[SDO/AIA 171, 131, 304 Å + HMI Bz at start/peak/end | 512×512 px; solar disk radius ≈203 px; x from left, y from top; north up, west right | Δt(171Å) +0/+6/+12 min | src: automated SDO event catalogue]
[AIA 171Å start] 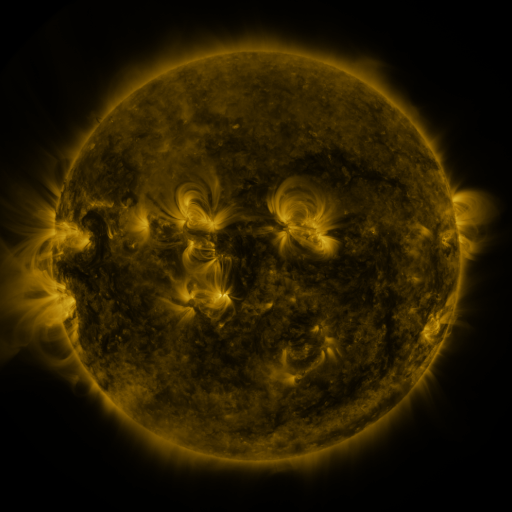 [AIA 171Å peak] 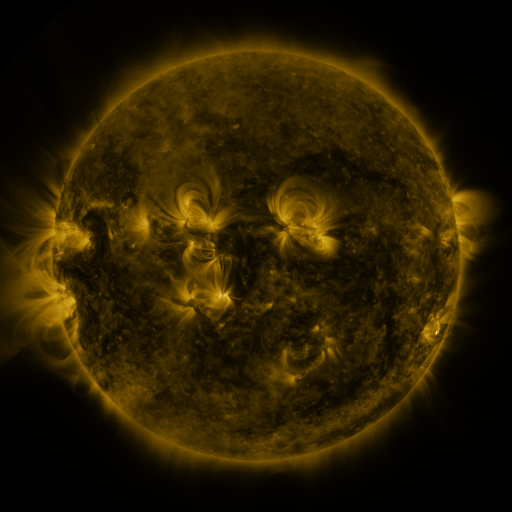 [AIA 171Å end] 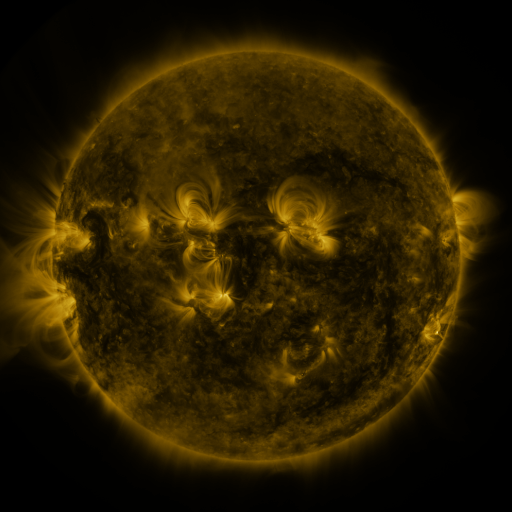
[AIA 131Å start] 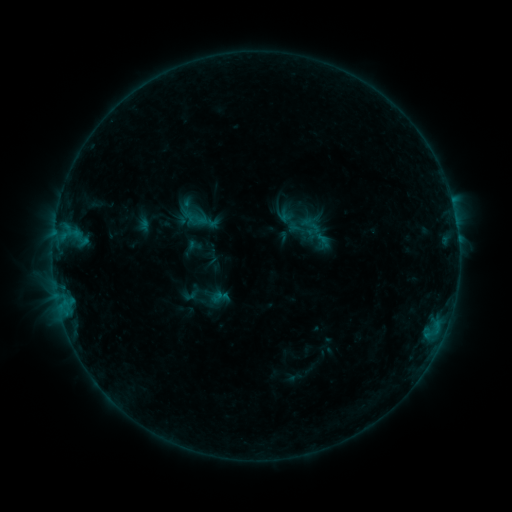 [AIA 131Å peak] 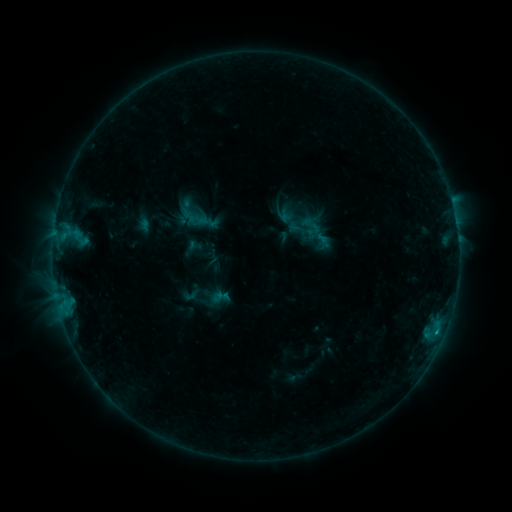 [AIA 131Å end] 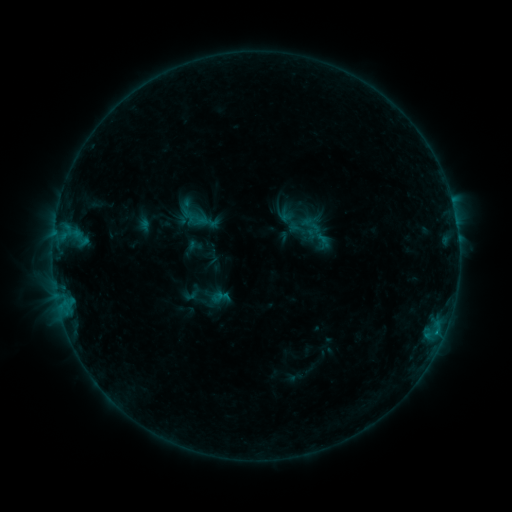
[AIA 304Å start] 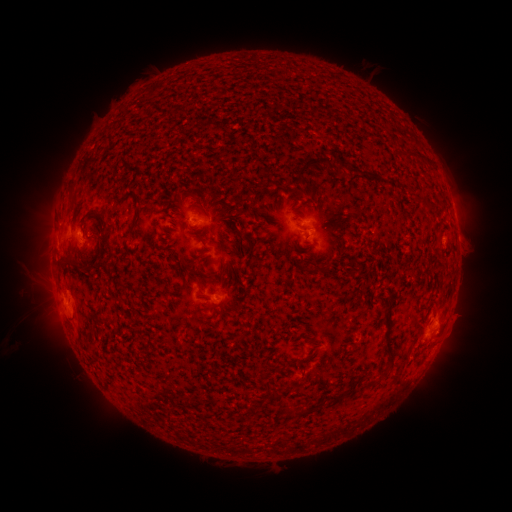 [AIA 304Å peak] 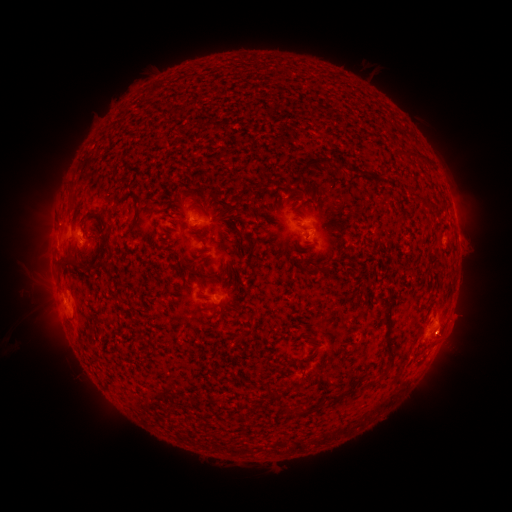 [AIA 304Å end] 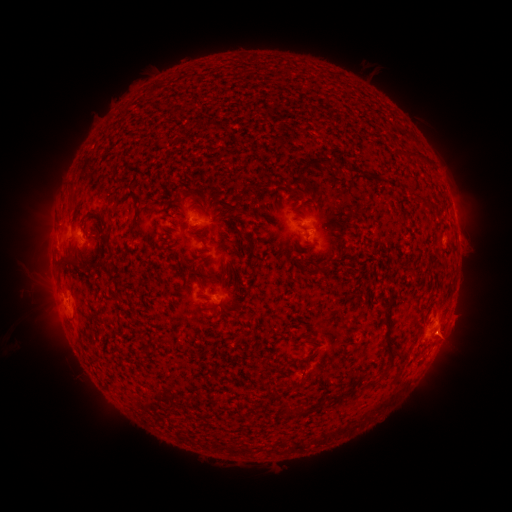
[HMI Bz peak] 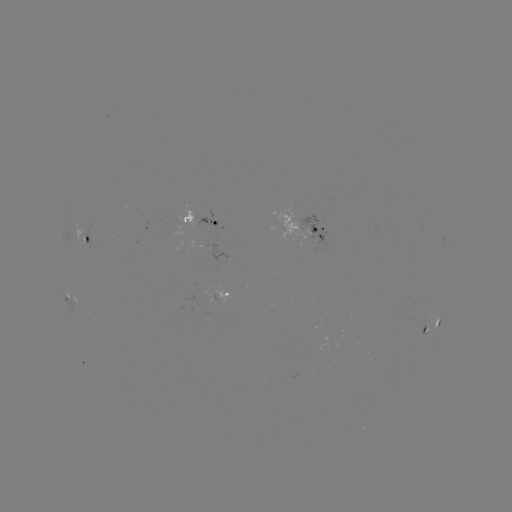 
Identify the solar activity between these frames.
B4.4 flare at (435, 332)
